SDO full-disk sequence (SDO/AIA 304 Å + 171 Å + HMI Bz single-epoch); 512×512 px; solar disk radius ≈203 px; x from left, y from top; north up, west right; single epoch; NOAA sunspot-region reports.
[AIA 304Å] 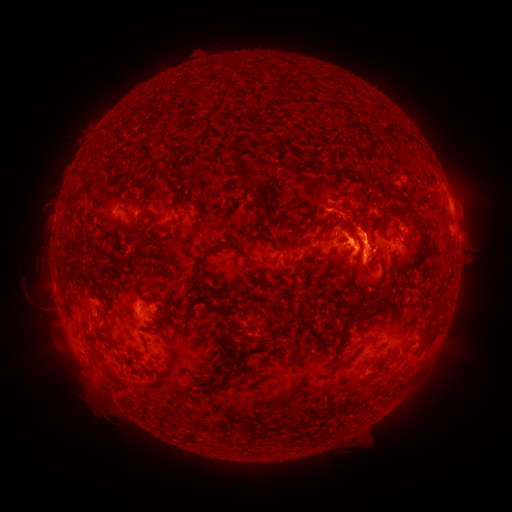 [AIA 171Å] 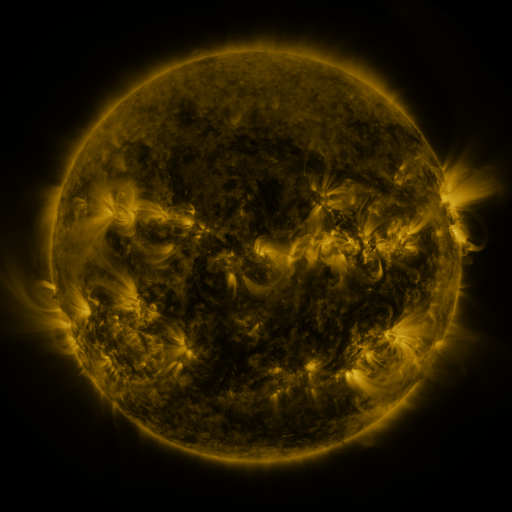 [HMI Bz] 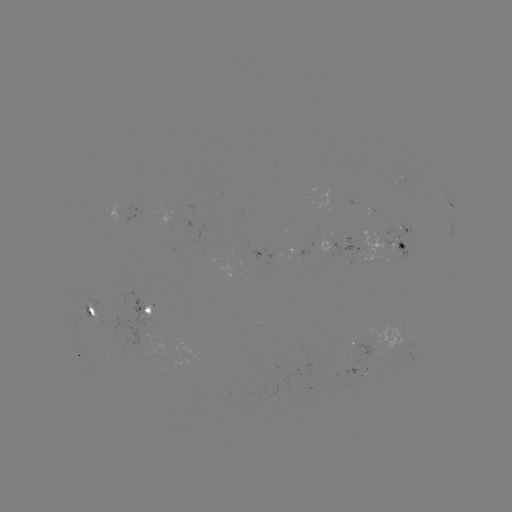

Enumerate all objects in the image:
spotted active region: (332, 200)
spotted active region: (354, 202)
spotted active region: (130, 214)
spotted active region: (400, 240)
spotted active region: (344, 245)
spotted active region: (146, 311)
spotted active region: (93, 315)
spotted active region: (365, 343)
